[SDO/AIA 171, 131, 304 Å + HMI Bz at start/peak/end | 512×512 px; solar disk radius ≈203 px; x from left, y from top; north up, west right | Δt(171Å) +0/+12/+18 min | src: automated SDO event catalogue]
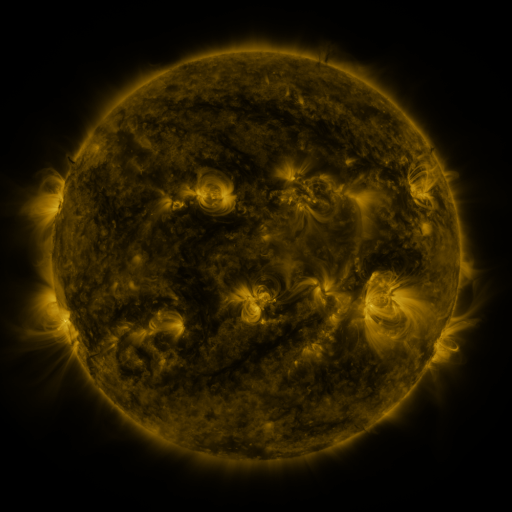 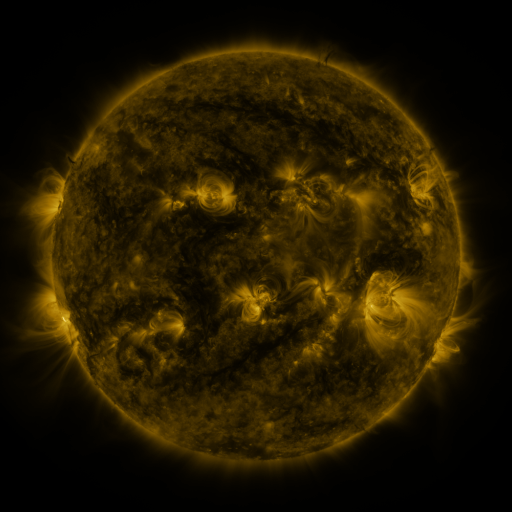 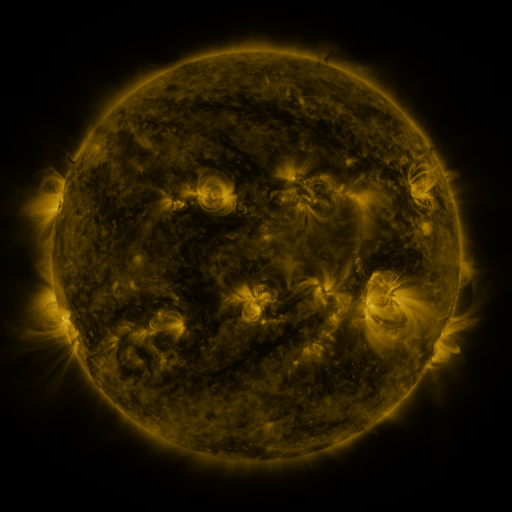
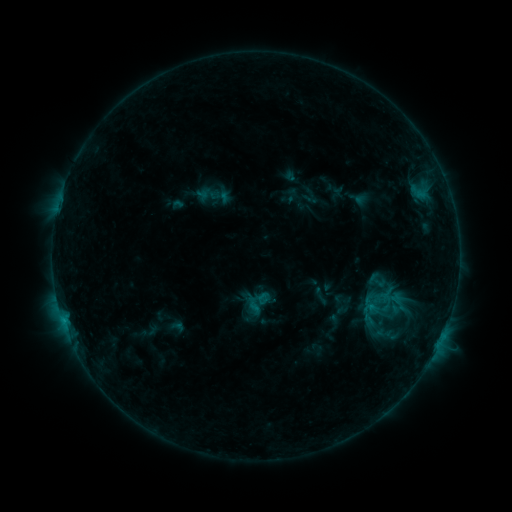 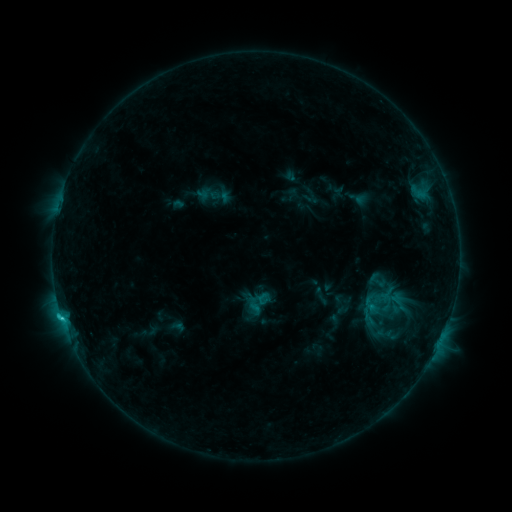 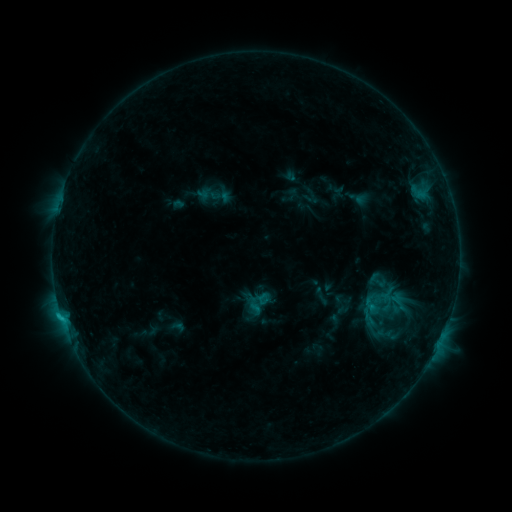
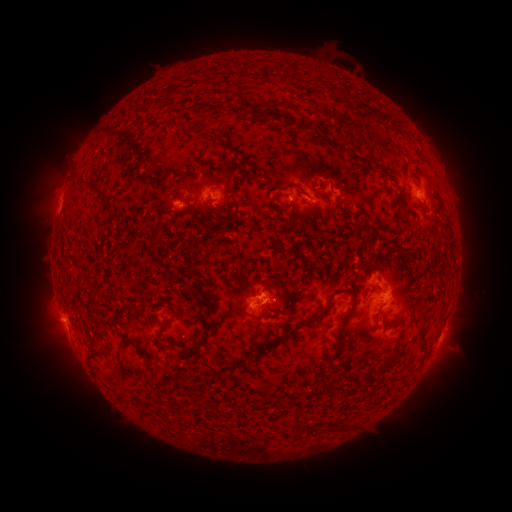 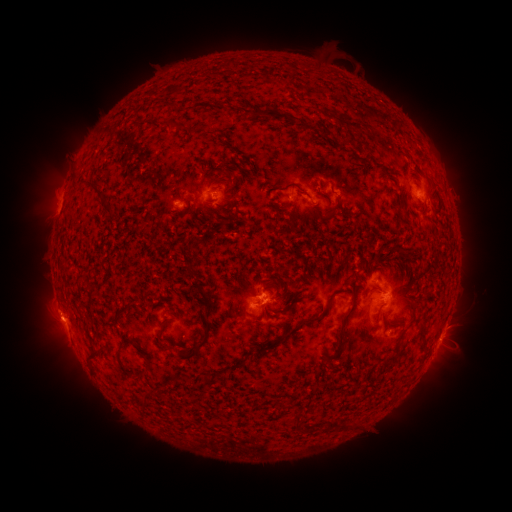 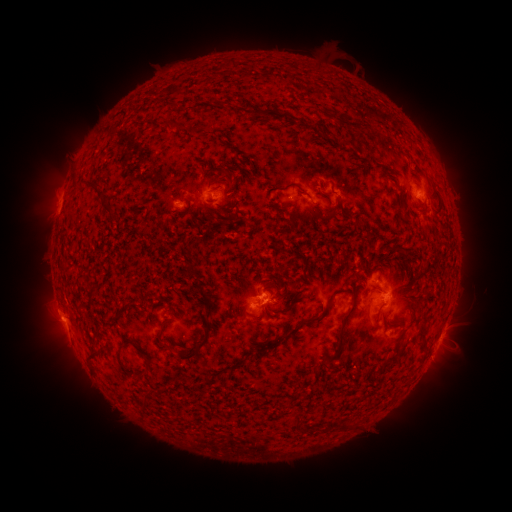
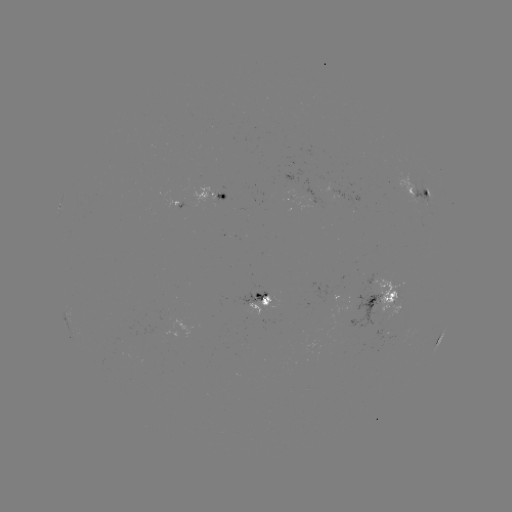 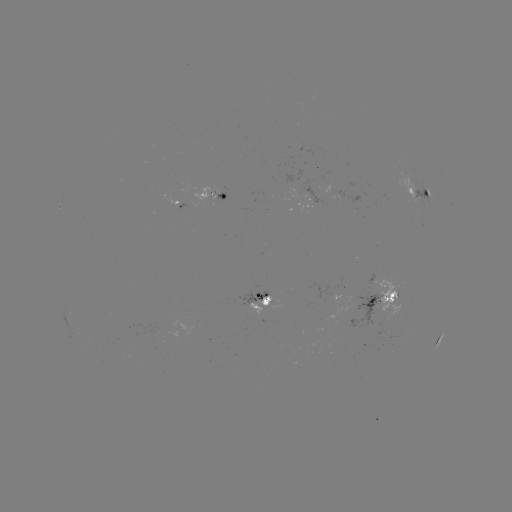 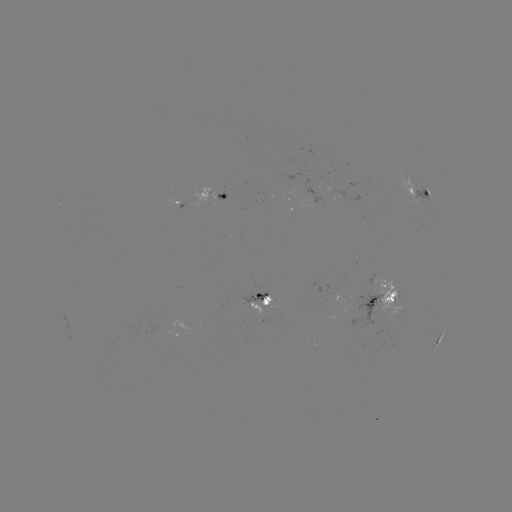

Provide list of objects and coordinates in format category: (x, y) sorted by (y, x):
C1.1 flare: (61, 314)
